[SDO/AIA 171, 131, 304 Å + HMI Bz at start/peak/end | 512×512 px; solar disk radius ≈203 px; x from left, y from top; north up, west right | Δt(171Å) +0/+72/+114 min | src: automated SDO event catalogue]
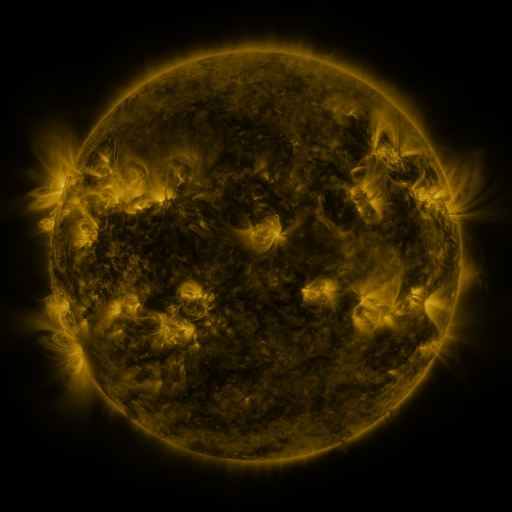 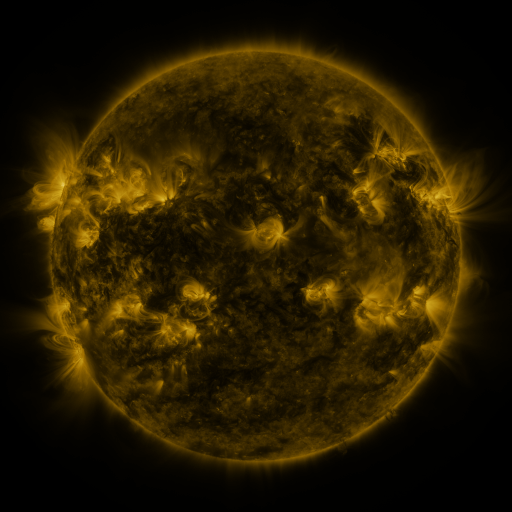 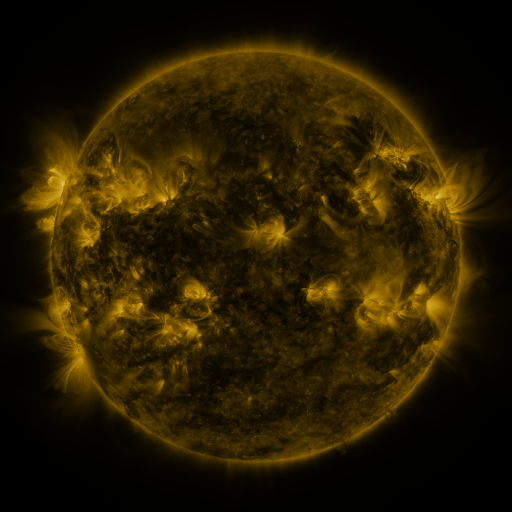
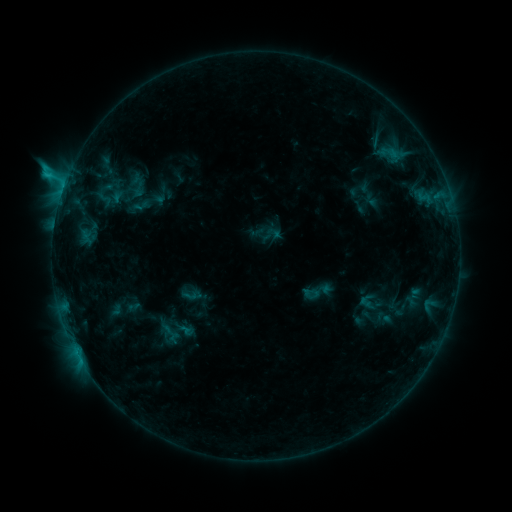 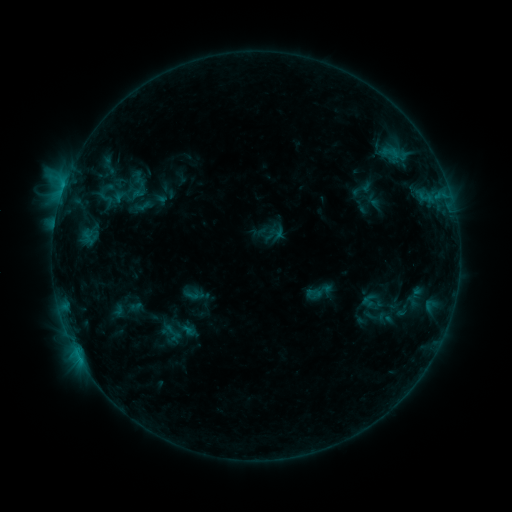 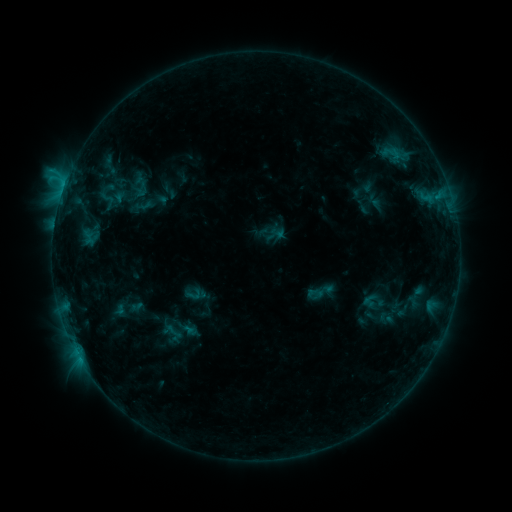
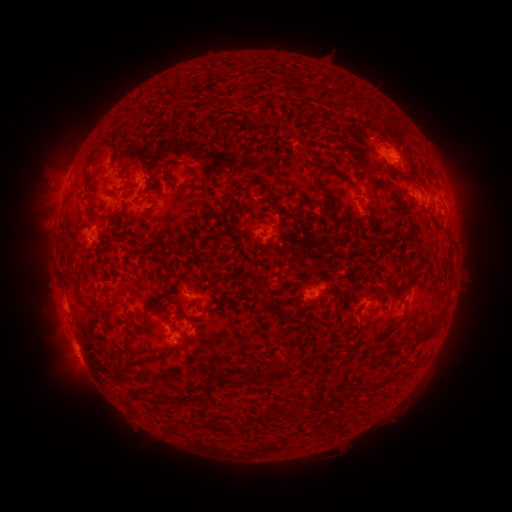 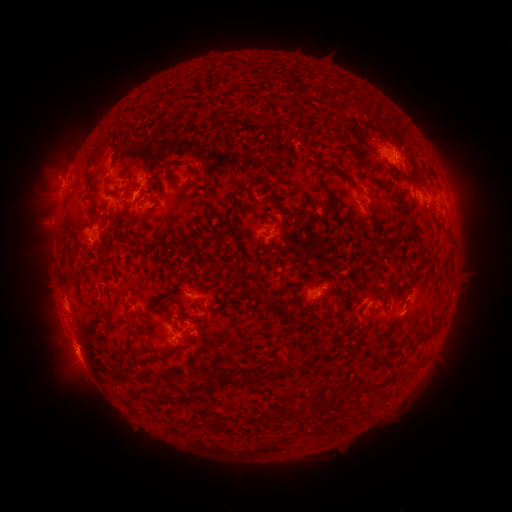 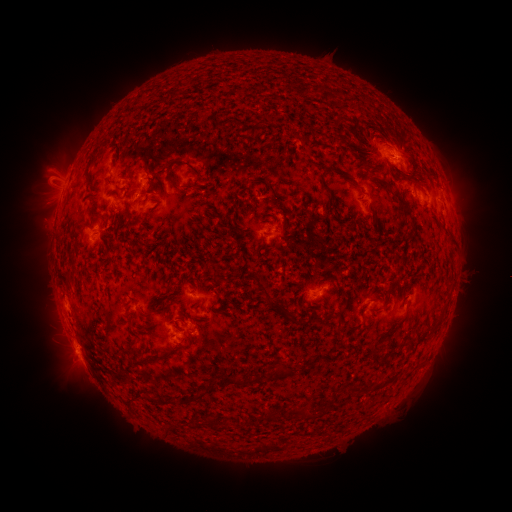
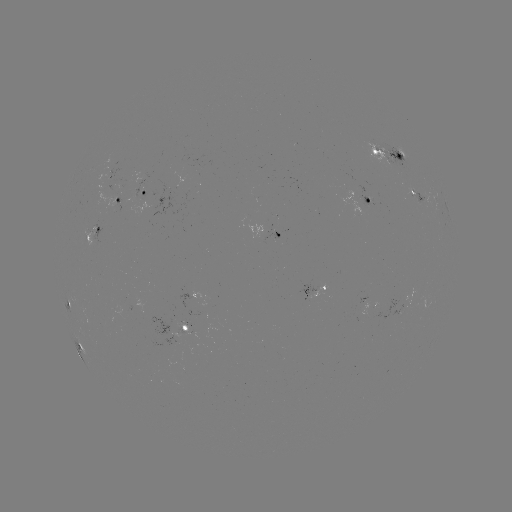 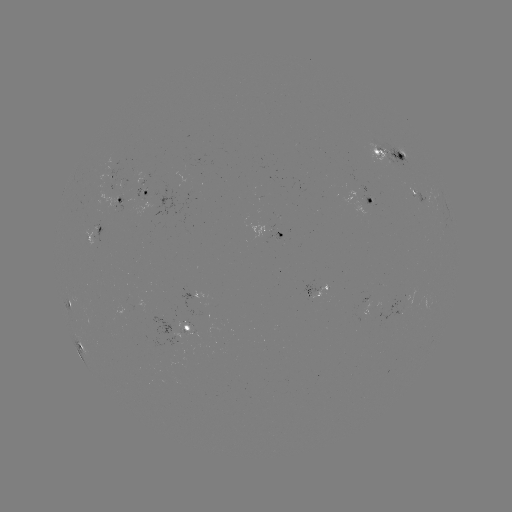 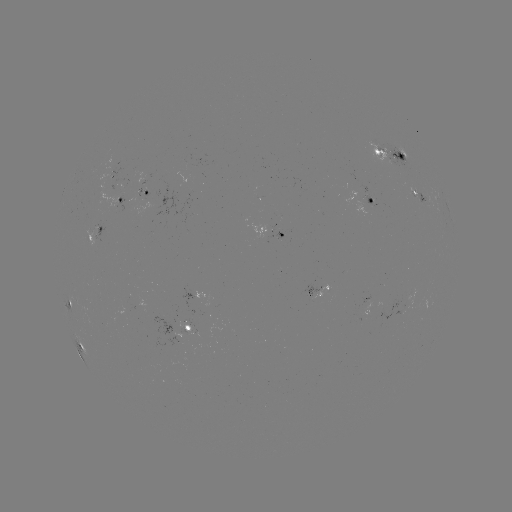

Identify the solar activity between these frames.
emerging-flux region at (117, 170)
